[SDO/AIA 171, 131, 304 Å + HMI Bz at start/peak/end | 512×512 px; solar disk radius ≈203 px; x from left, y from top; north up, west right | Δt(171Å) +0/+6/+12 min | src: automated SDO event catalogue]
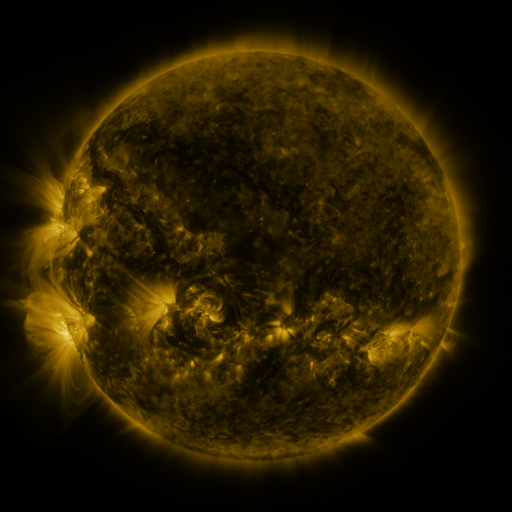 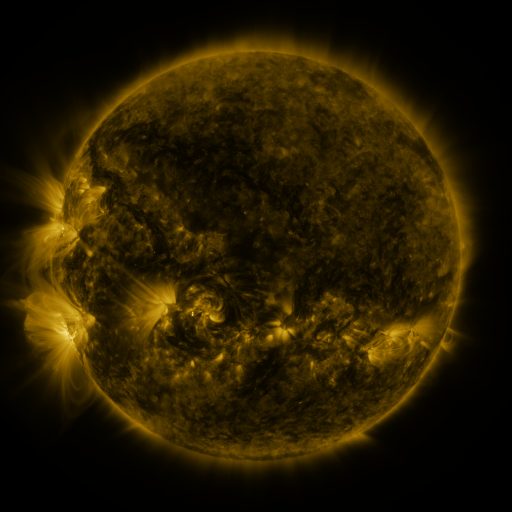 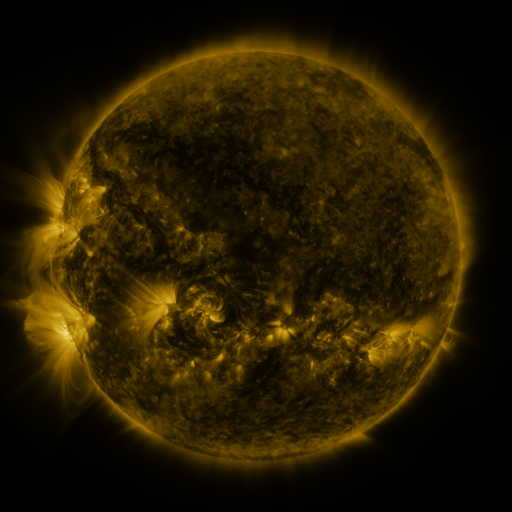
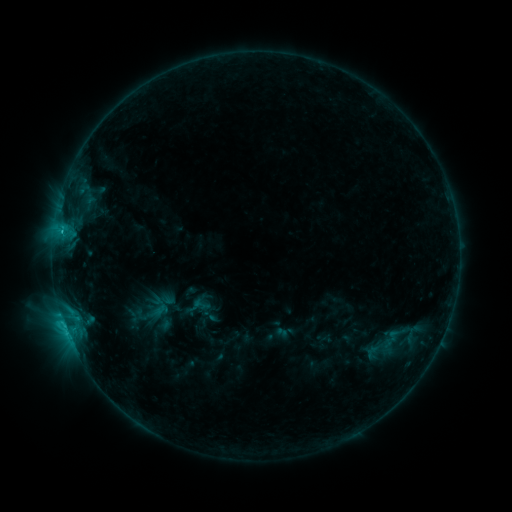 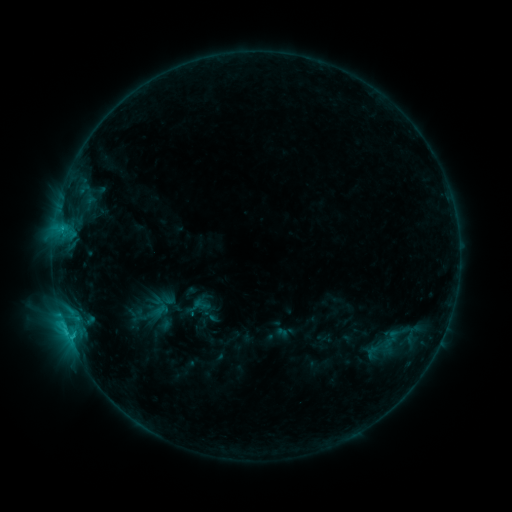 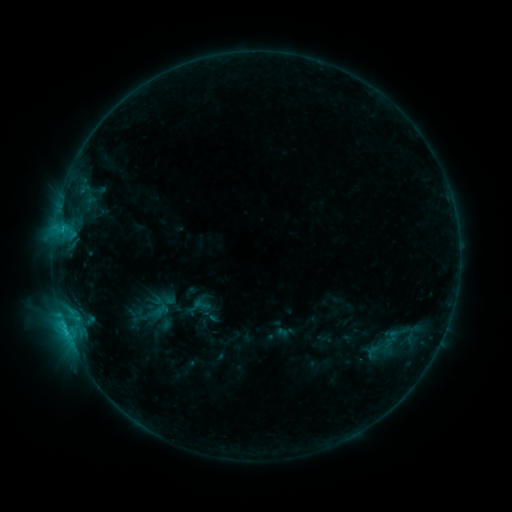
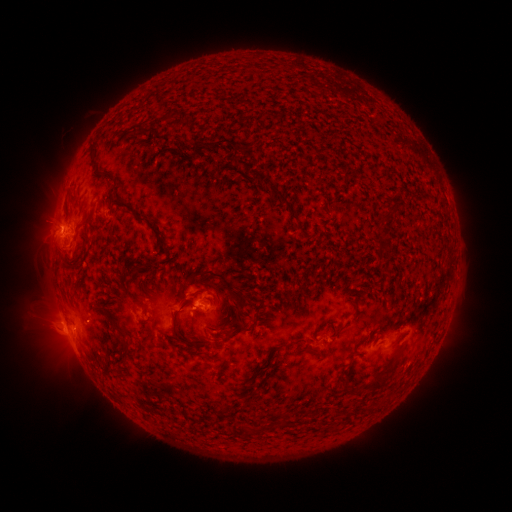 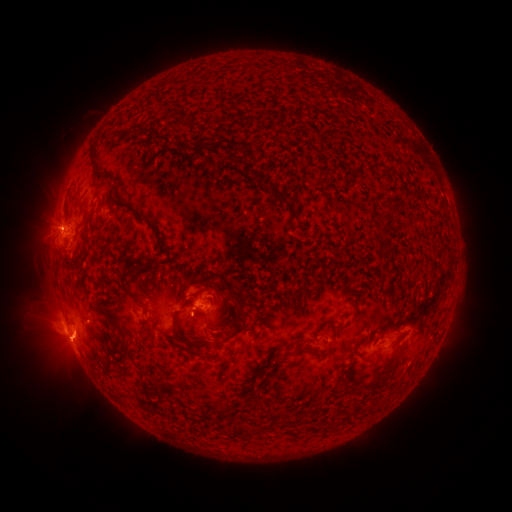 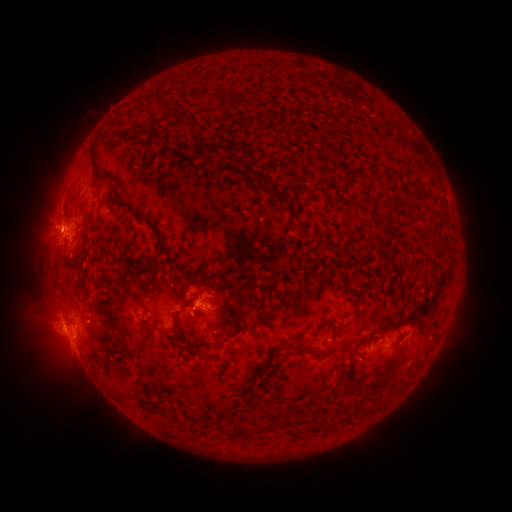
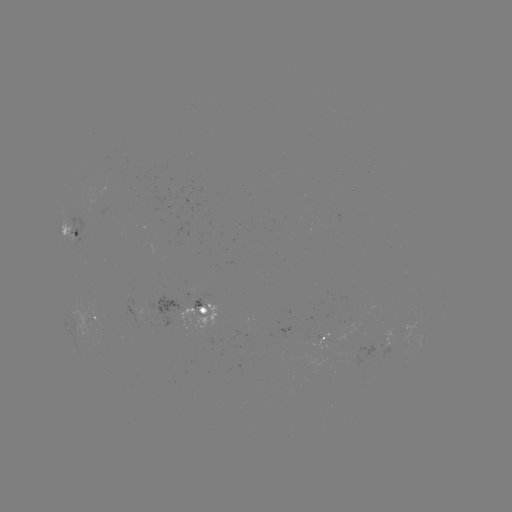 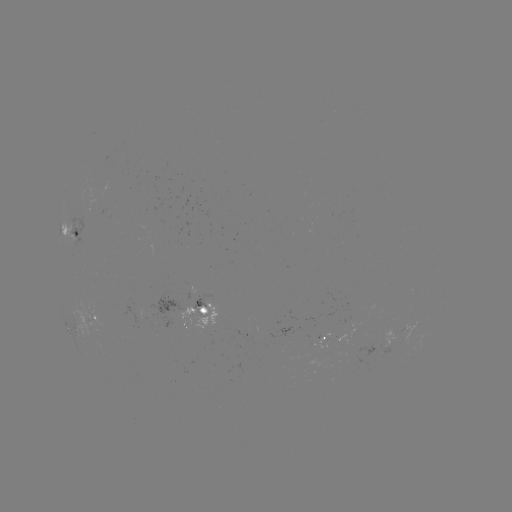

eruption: <bbox>47, 323, 98, 371</bbox>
